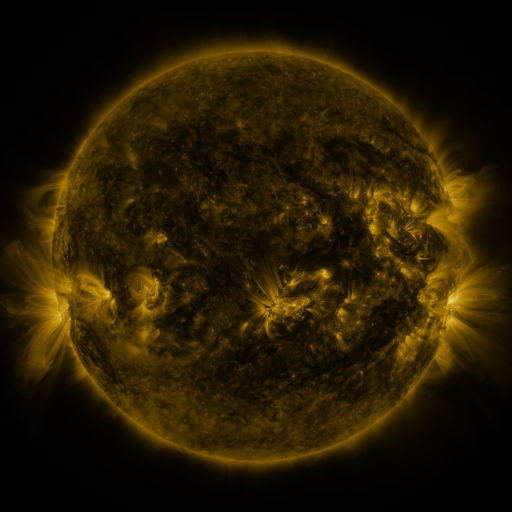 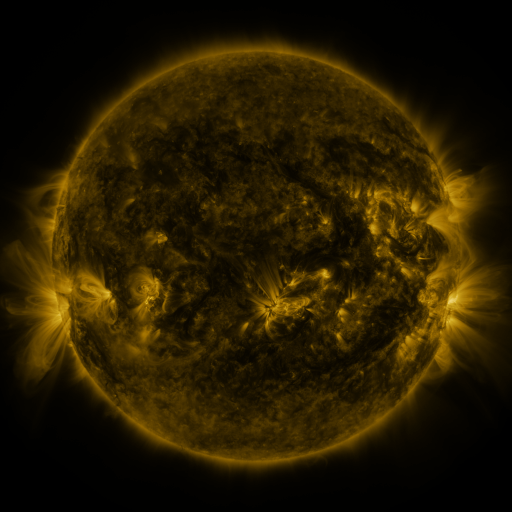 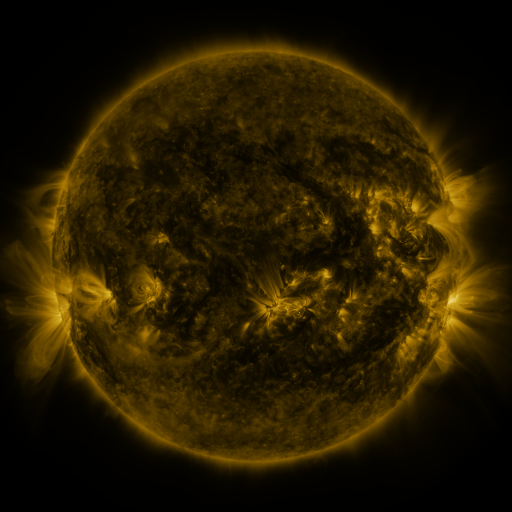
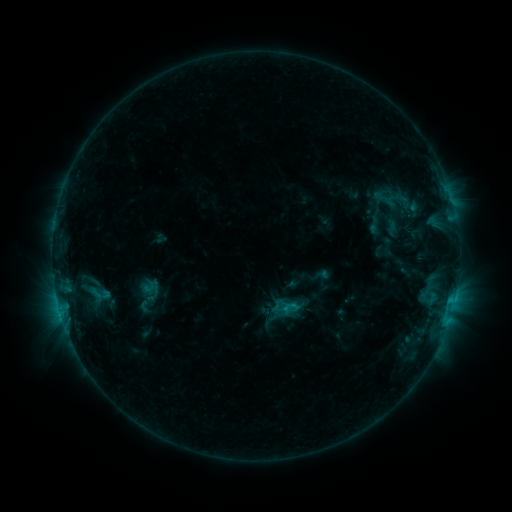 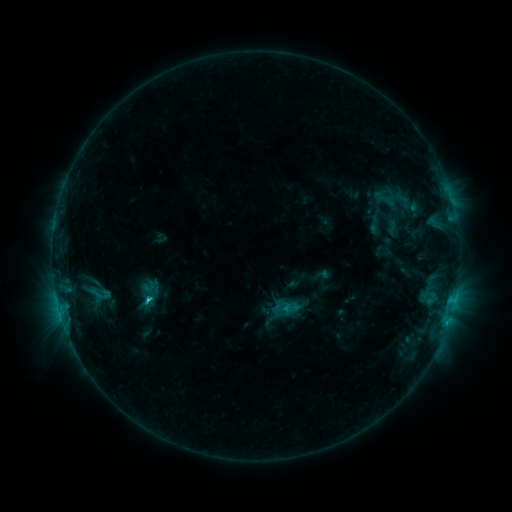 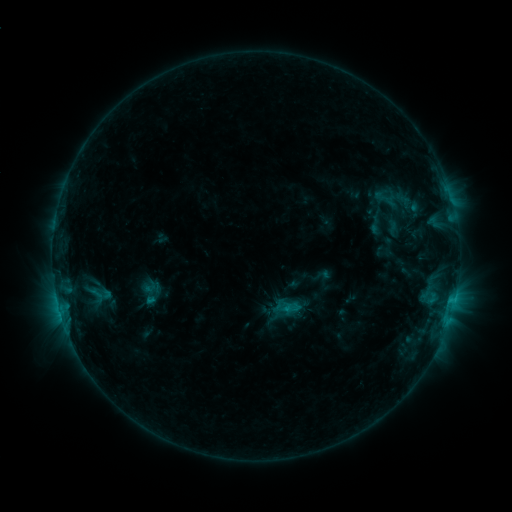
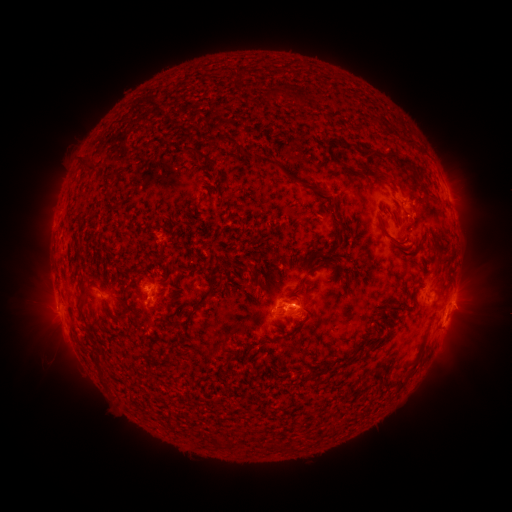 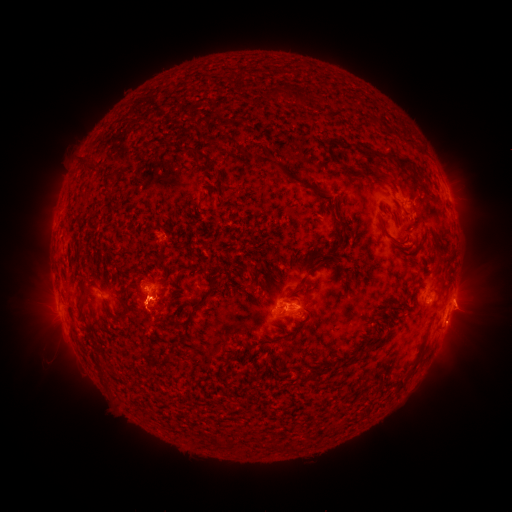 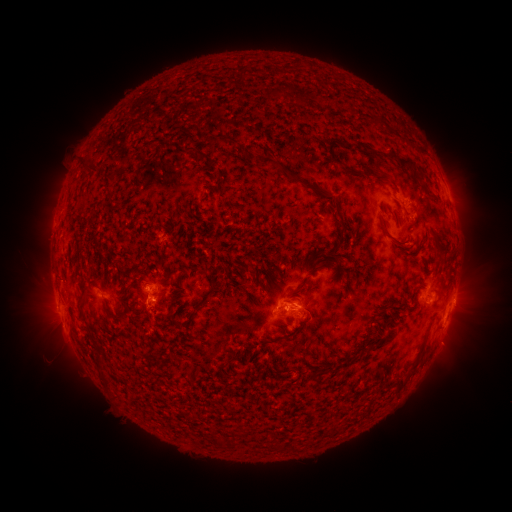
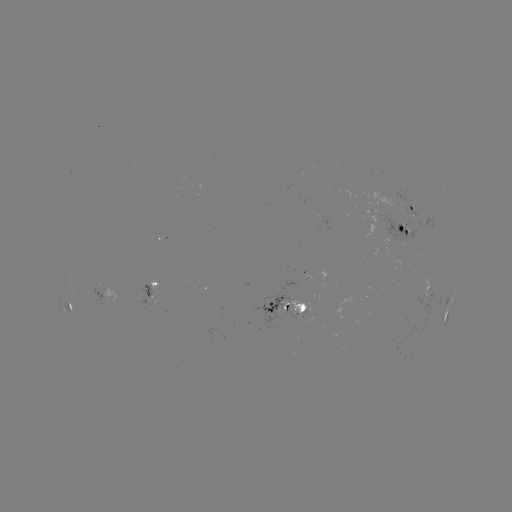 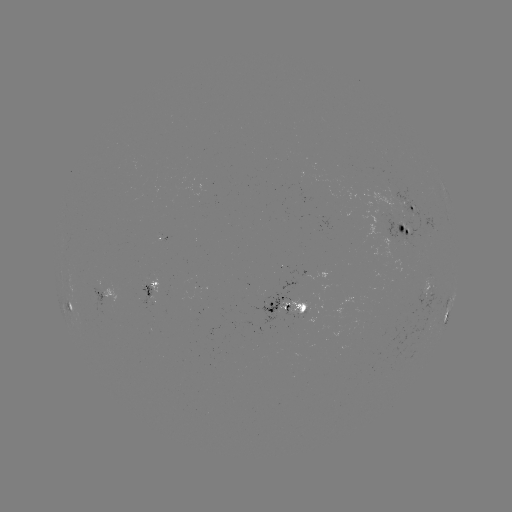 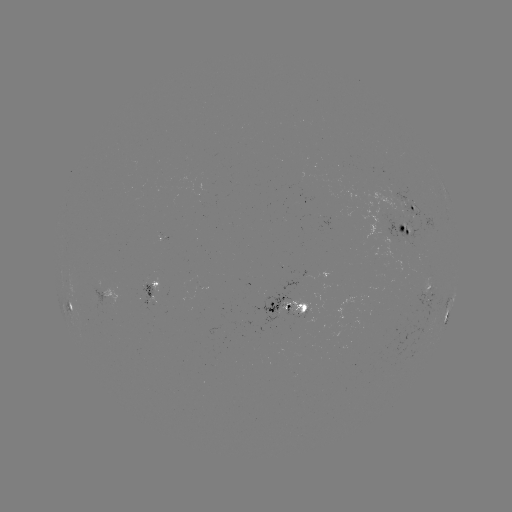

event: flare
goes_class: C1.8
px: (150, 297)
